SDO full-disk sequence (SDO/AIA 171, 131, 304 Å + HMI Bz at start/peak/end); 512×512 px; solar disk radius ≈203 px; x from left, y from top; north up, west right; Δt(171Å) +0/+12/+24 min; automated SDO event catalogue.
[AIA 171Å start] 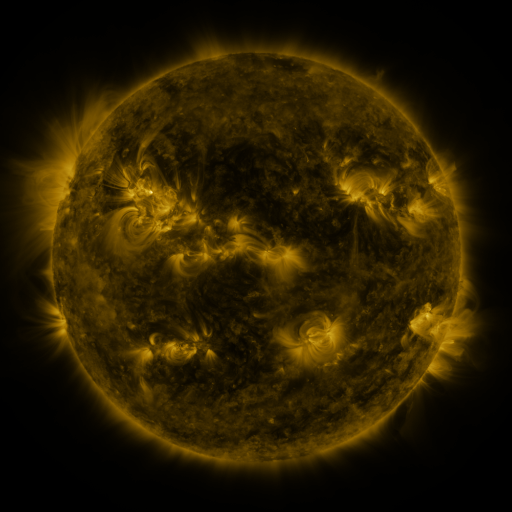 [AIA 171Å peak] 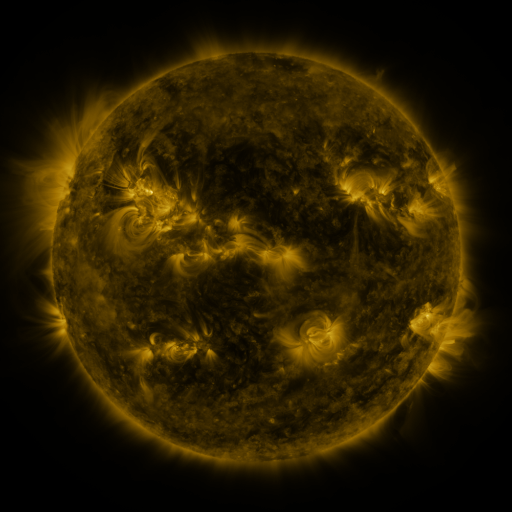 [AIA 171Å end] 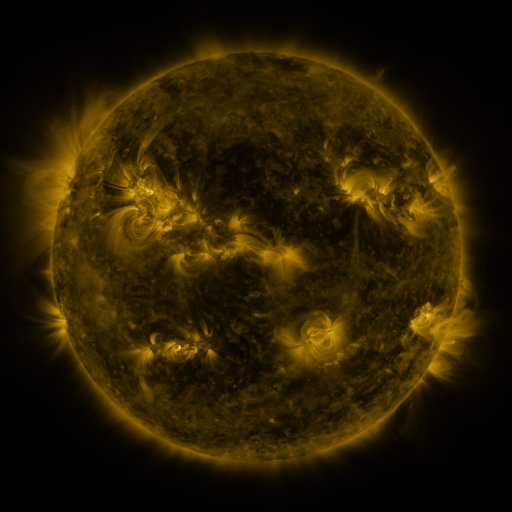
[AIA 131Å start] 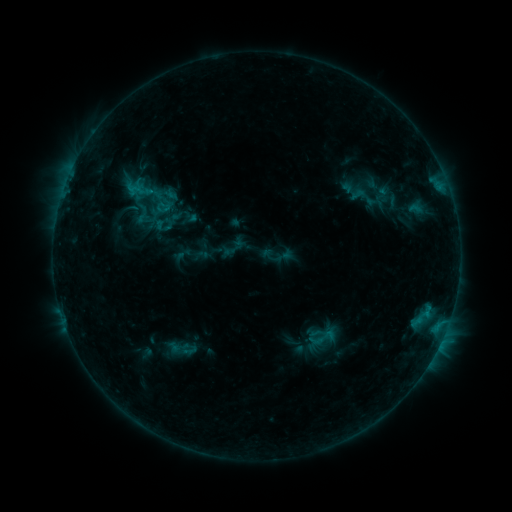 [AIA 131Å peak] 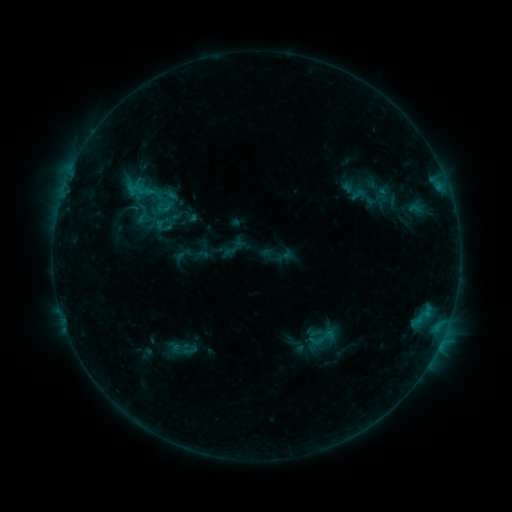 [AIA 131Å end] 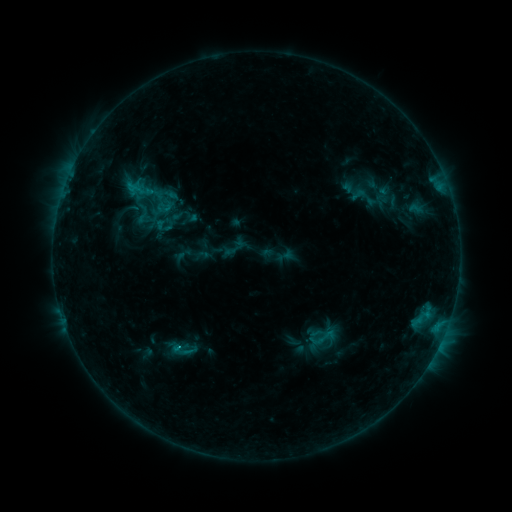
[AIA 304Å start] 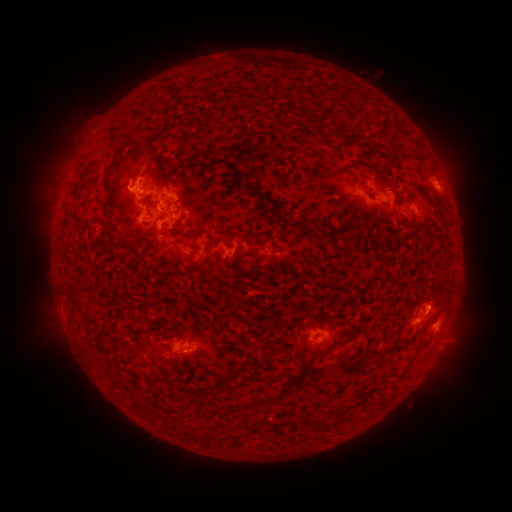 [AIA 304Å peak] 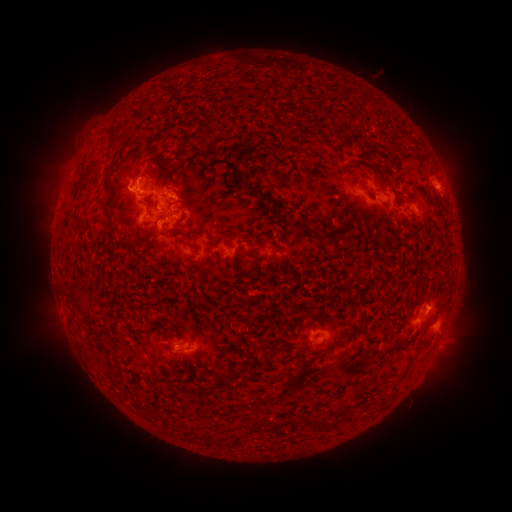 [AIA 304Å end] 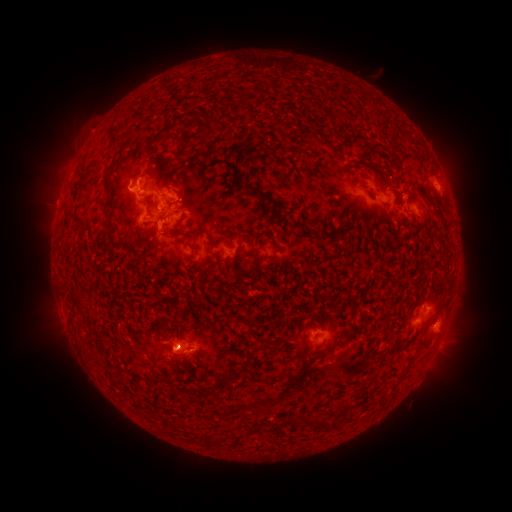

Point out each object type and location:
eruption: (174, 349)
